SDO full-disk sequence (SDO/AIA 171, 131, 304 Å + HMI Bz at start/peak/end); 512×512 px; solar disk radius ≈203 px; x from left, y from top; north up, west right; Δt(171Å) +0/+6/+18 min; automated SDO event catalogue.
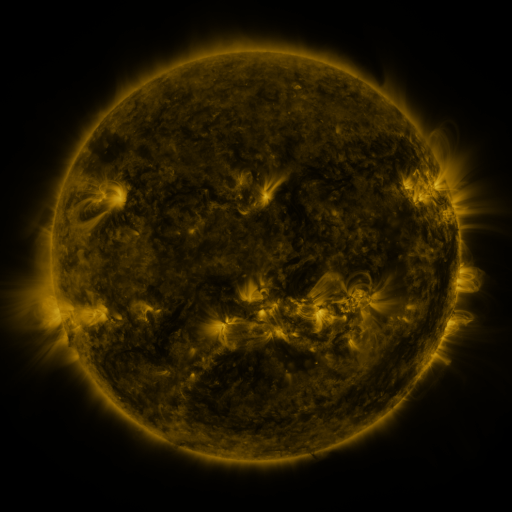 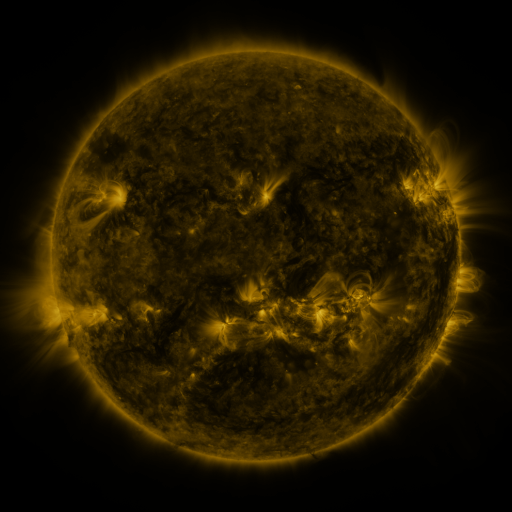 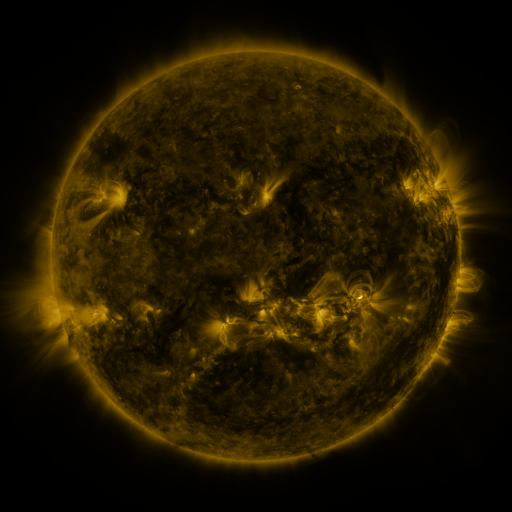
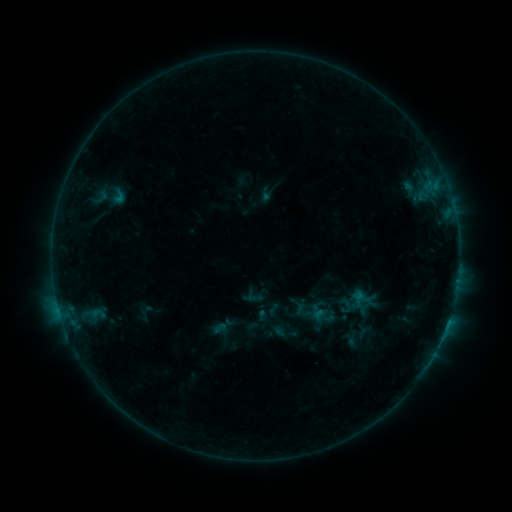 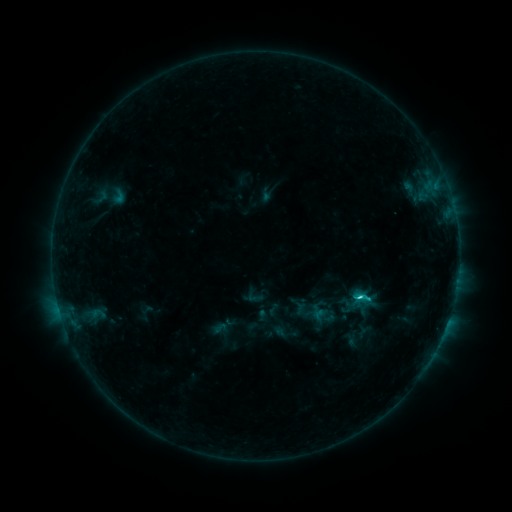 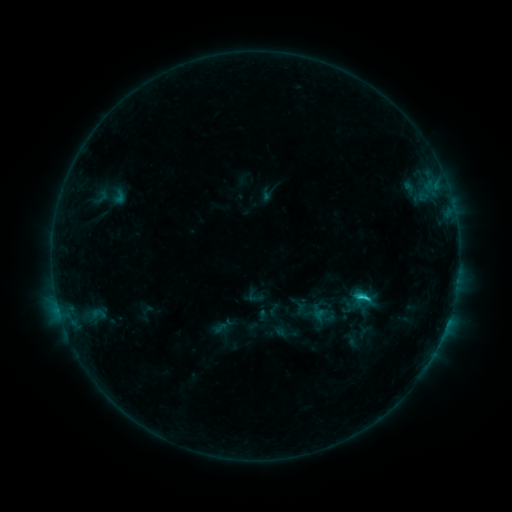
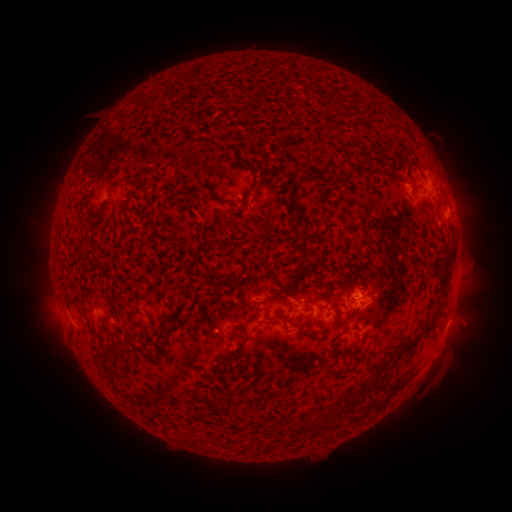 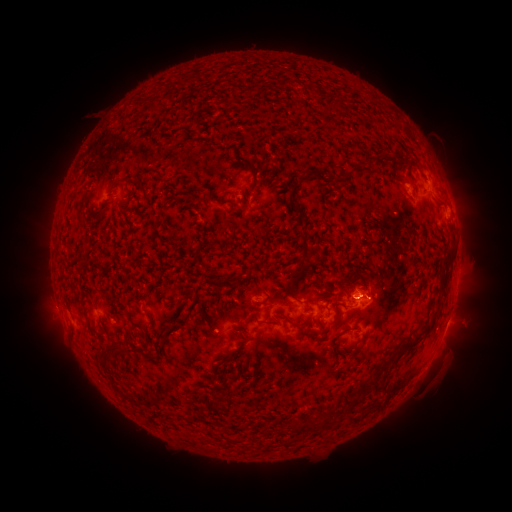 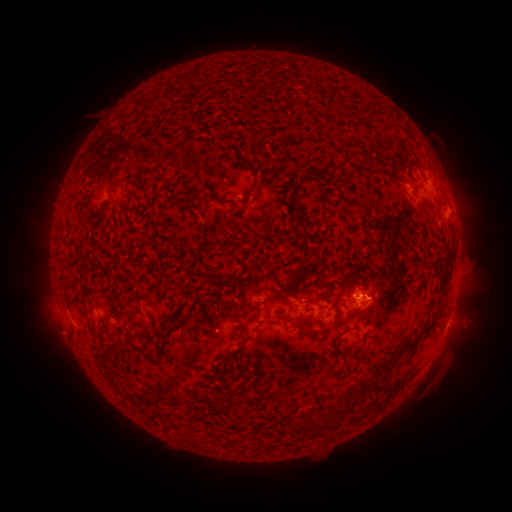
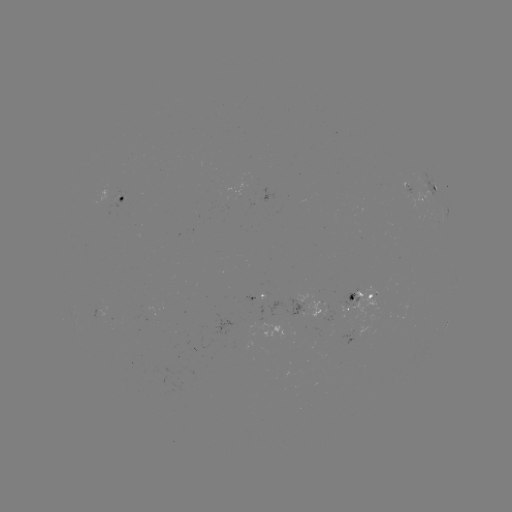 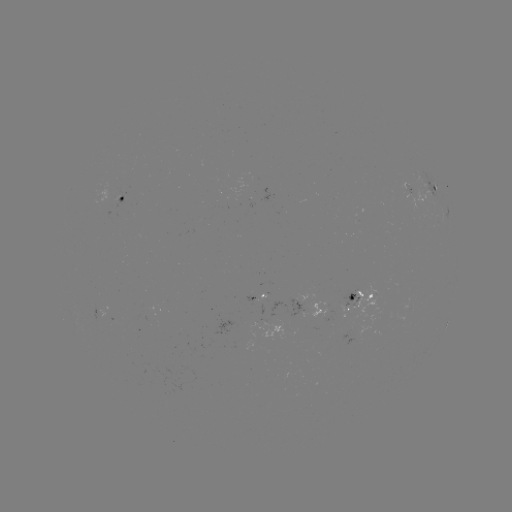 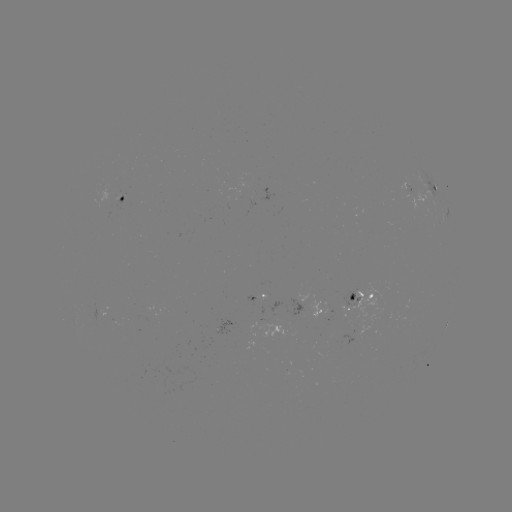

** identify C2.1 flare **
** [357, 296] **